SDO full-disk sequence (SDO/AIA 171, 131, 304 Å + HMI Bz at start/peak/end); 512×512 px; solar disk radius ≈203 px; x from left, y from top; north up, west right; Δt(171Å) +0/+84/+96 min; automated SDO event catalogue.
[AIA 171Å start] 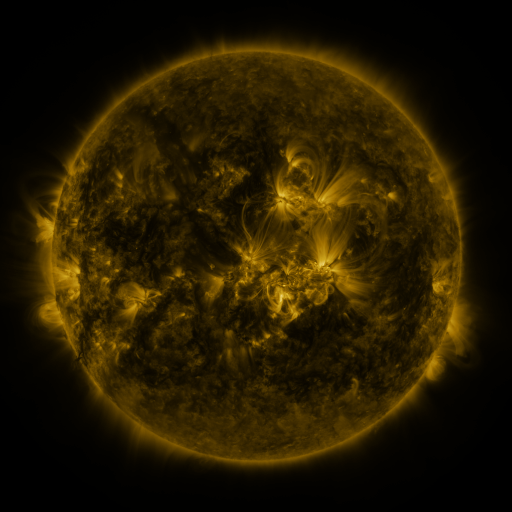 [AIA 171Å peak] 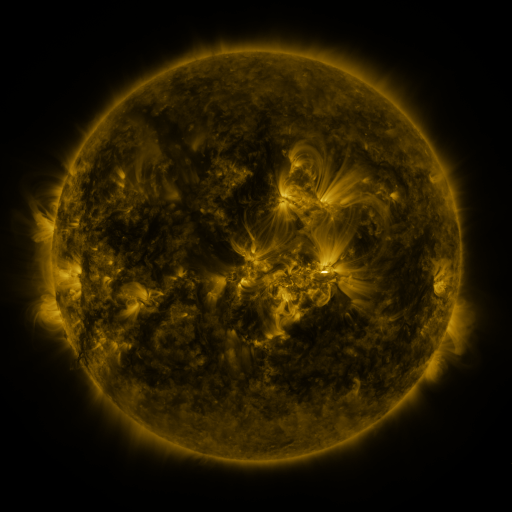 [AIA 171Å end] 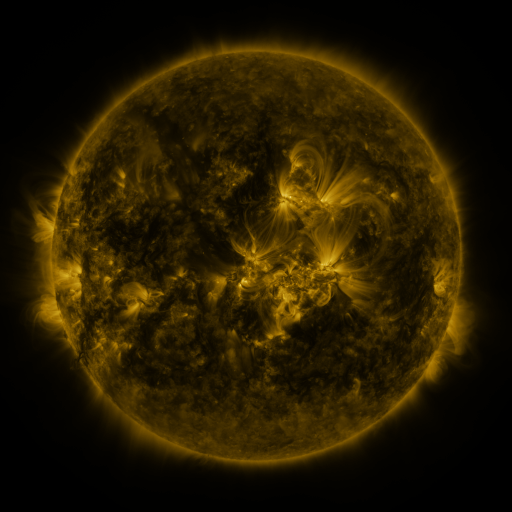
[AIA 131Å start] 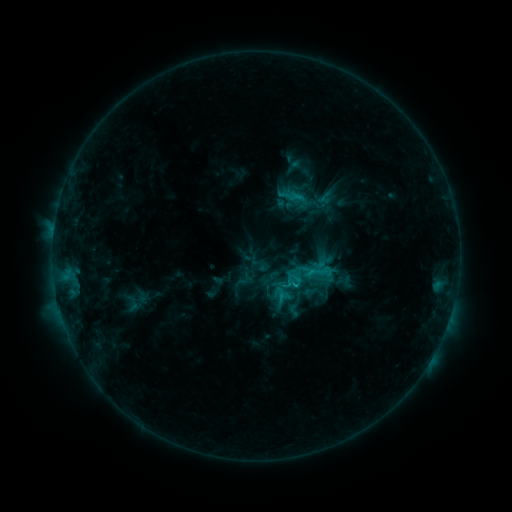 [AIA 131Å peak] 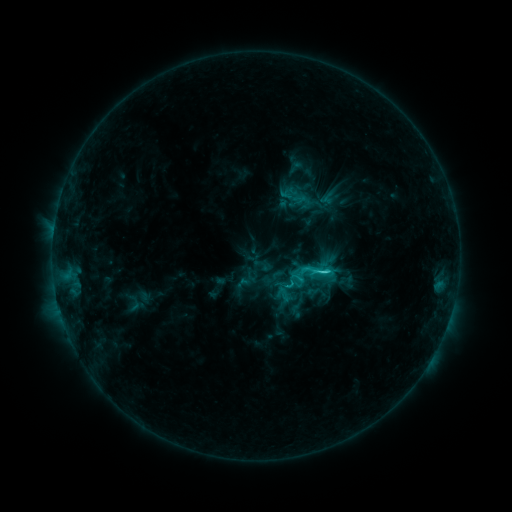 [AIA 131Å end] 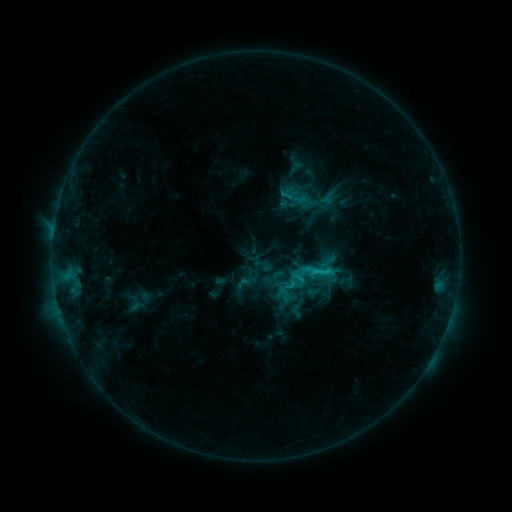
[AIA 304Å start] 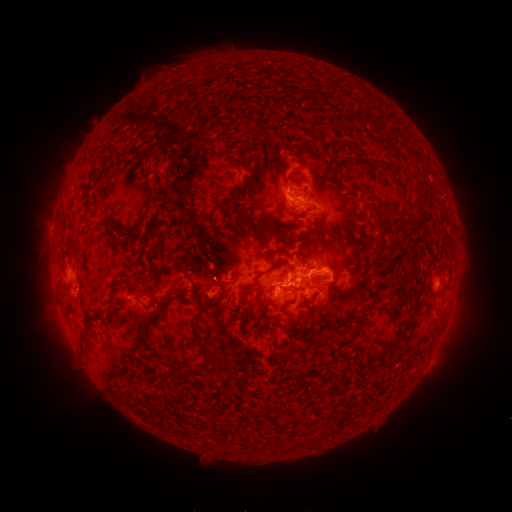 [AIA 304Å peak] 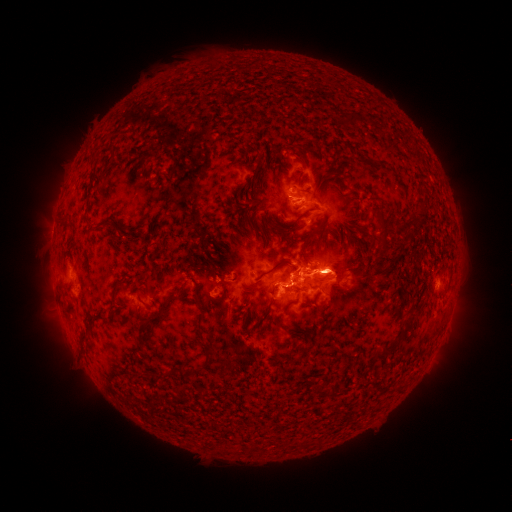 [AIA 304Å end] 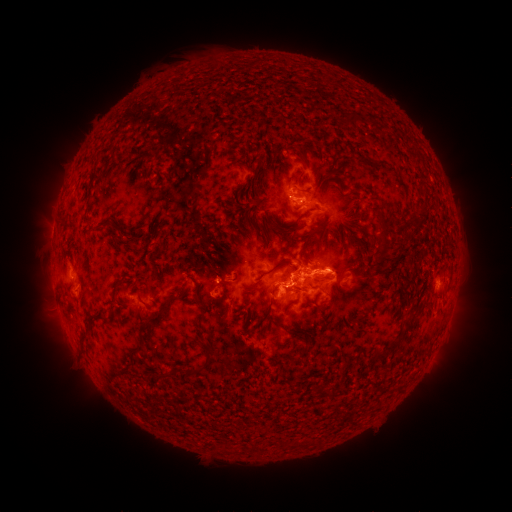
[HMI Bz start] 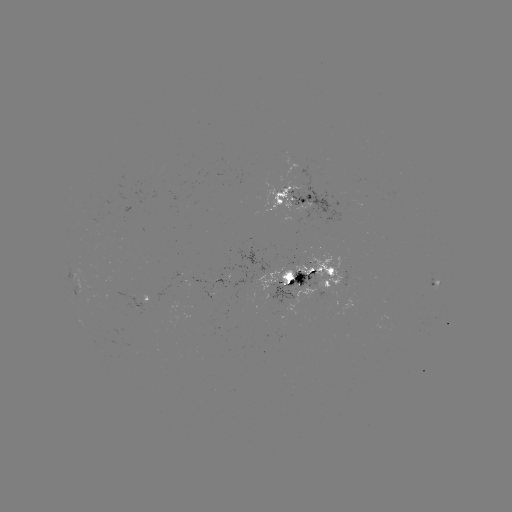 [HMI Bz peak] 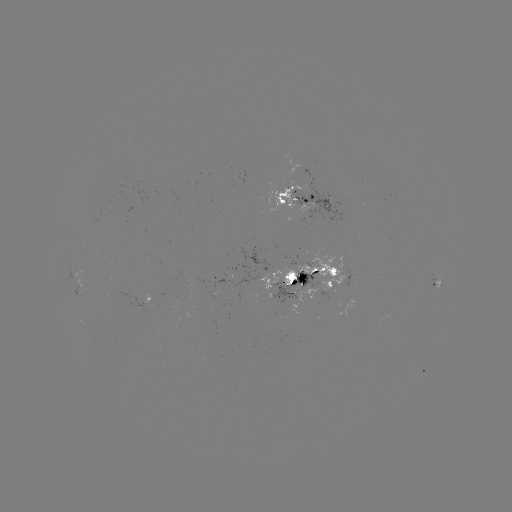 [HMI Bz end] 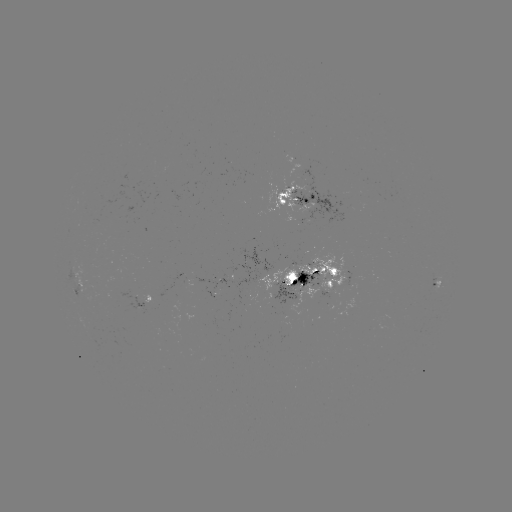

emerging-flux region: [296, 252, 345, 295]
